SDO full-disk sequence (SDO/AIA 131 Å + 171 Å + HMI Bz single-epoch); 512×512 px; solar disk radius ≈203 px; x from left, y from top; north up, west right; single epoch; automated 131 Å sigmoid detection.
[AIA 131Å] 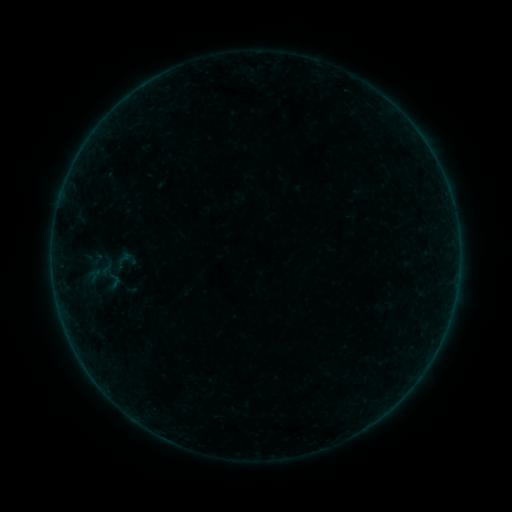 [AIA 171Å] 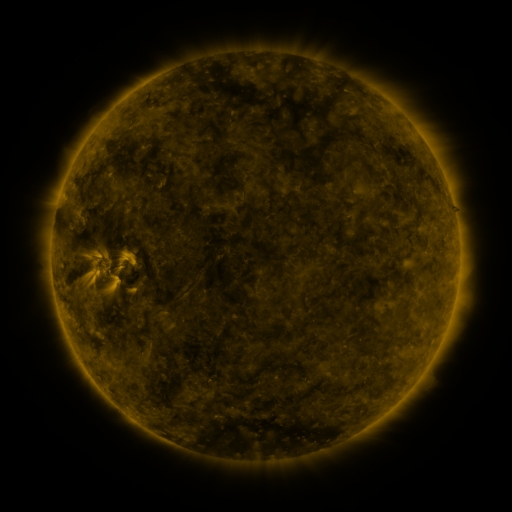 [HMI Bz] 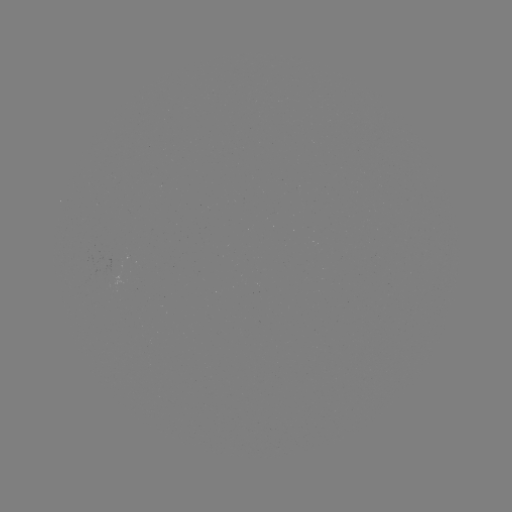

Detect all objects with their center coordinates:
sigmoid: <bbox>106, 245, 142, 277</bbox>
sigmoid: <bbox>95, 258, 118, 278</bbox>
